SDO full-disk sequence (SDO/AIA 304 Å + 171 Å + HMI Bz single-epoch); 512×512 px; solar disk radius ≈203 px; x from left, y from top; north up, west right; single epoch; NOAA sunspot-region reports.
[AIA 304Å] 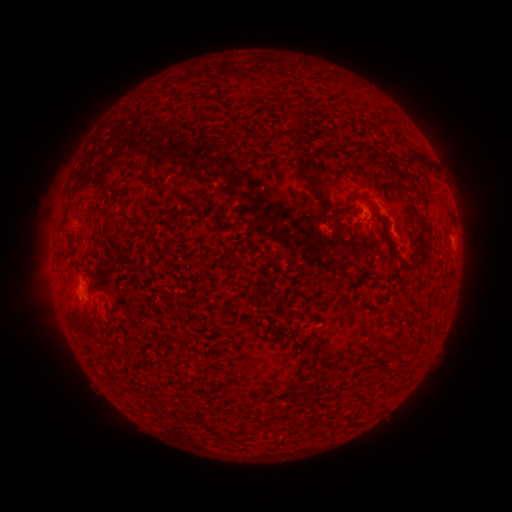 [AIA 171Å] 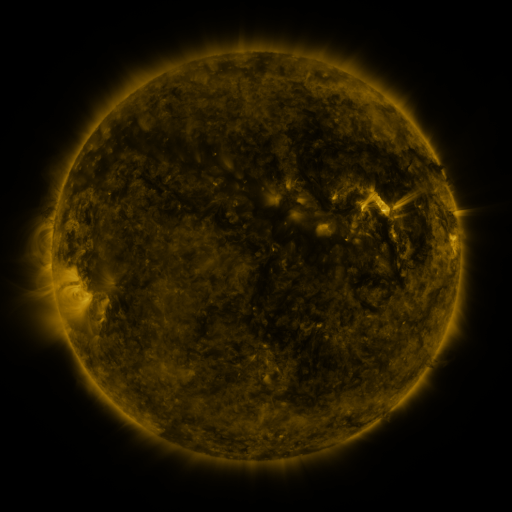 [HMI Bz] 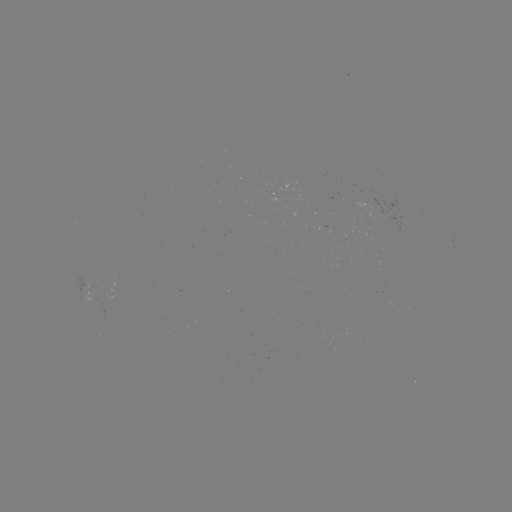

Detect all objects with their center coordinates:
spotted active region: (324, 231)
spotted active region: (90, 291)
